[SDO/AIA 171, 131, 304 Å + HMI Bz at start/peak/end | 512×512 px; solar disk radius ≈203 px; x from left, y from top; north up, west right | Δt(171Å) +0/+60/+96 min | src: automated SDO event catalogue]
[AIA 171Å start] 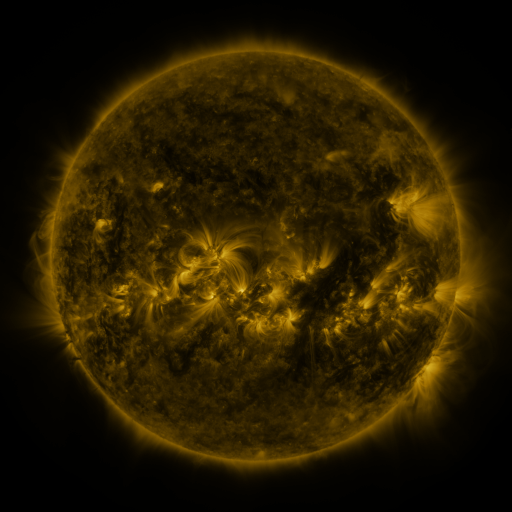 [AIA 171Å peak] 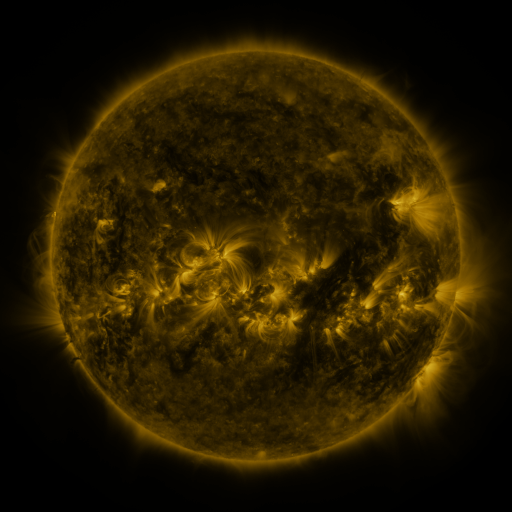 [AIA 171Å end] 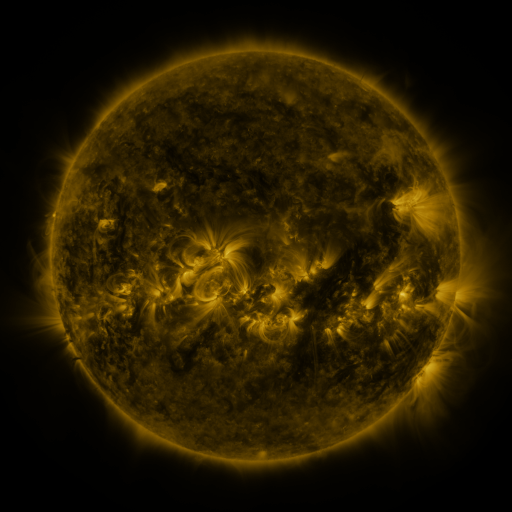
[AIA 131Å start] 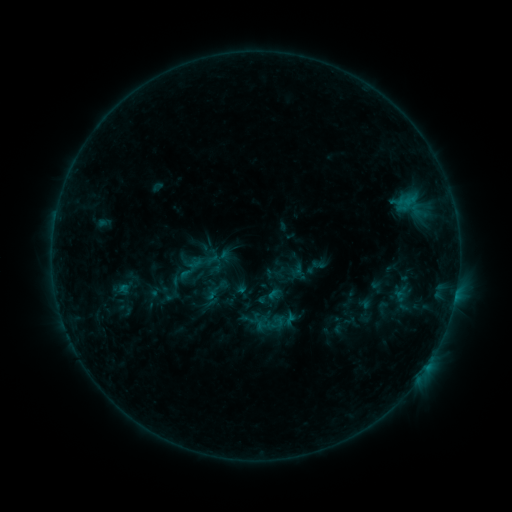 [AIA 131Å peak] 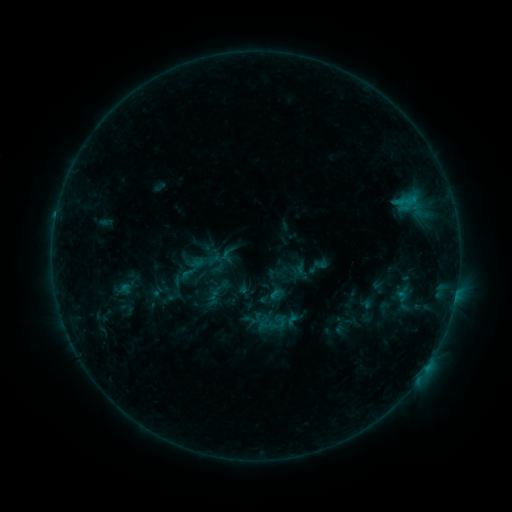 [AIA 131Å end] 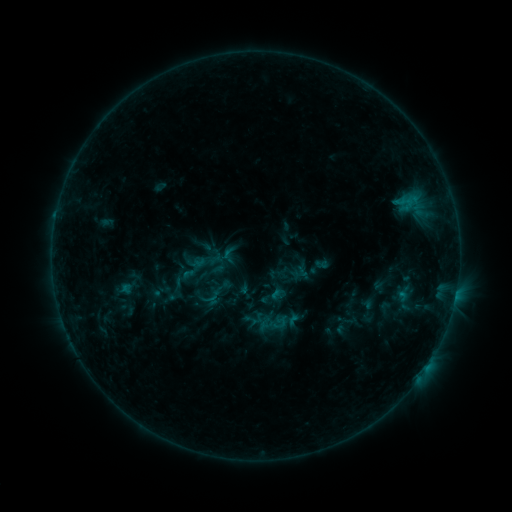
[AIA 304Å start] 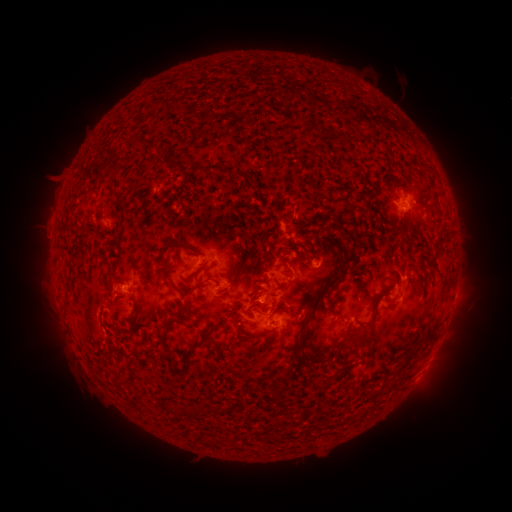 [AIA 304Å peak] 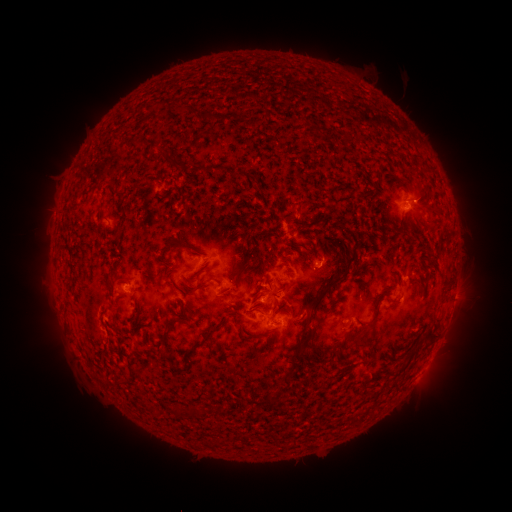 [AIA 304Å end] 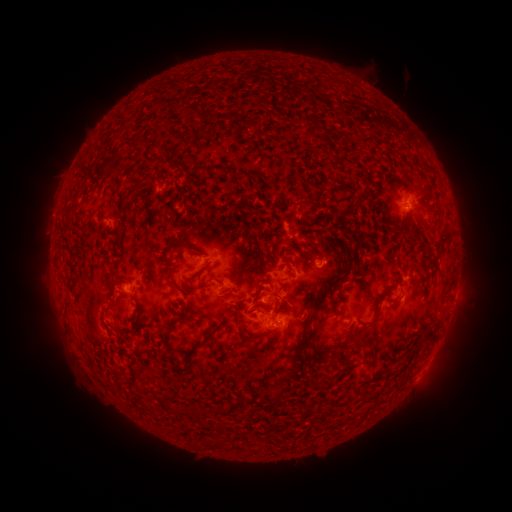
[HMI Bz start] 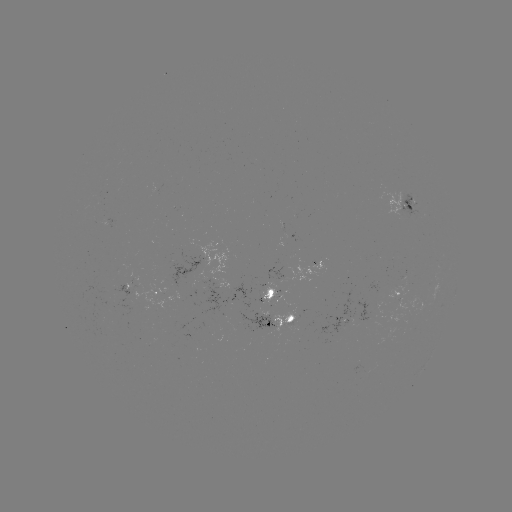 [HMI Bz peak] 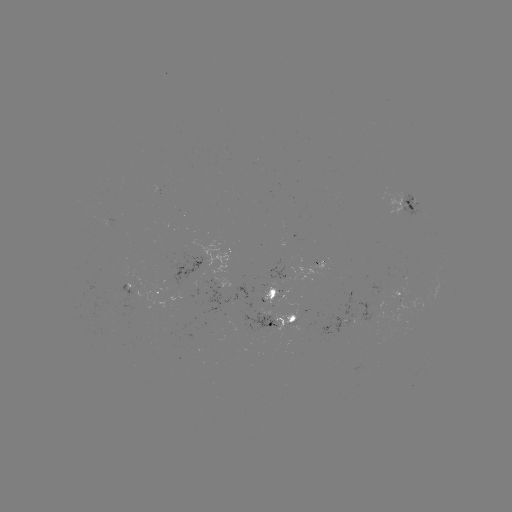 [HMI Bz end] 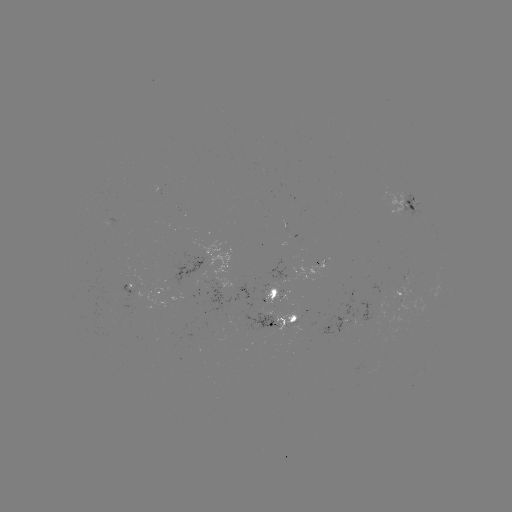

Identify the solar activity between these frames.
emerging-flux region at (205, 279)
